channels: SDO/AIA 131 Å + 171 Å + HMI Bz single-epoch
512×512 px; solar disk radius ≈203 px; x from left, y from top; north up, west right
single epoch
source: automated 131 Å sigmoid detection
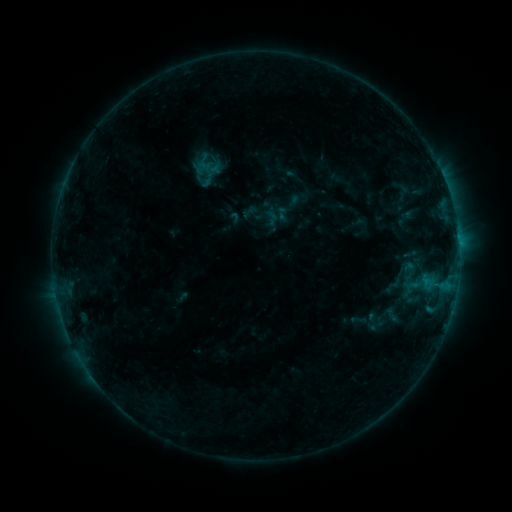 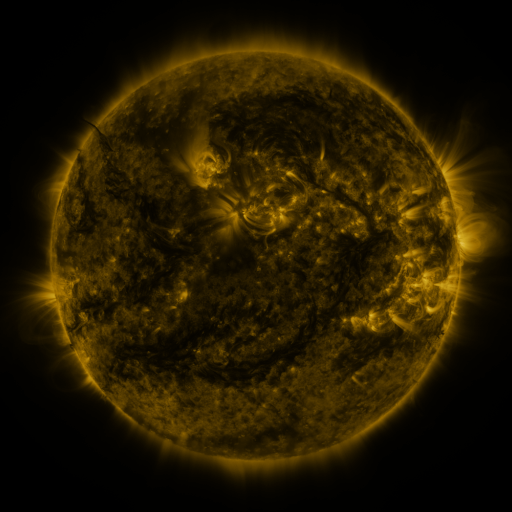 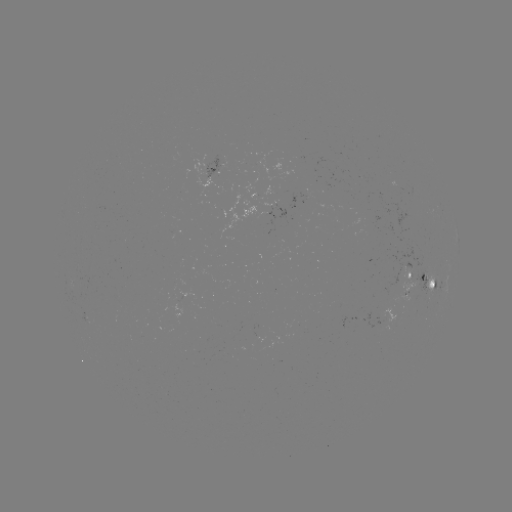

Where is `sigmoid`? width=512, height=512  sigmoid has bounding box [272, 205, 289, 221].